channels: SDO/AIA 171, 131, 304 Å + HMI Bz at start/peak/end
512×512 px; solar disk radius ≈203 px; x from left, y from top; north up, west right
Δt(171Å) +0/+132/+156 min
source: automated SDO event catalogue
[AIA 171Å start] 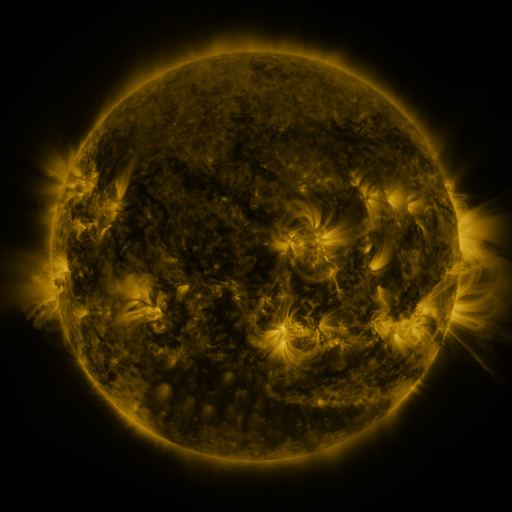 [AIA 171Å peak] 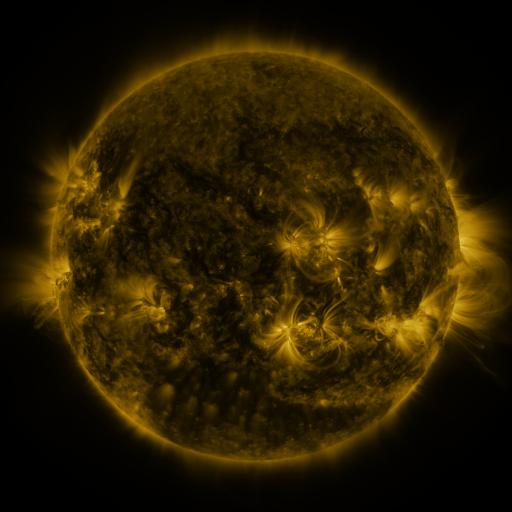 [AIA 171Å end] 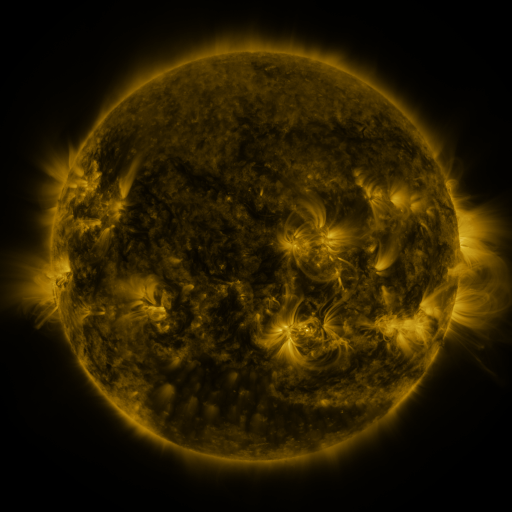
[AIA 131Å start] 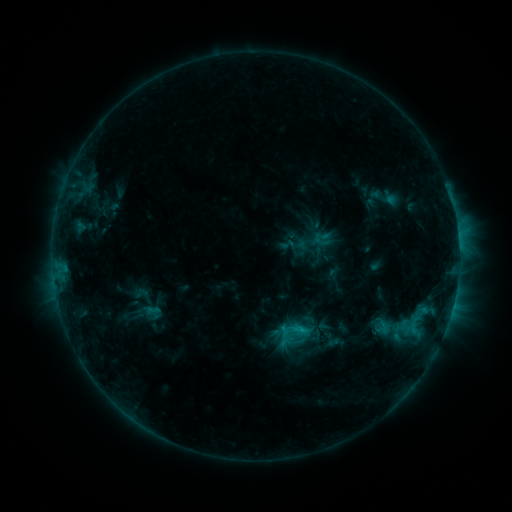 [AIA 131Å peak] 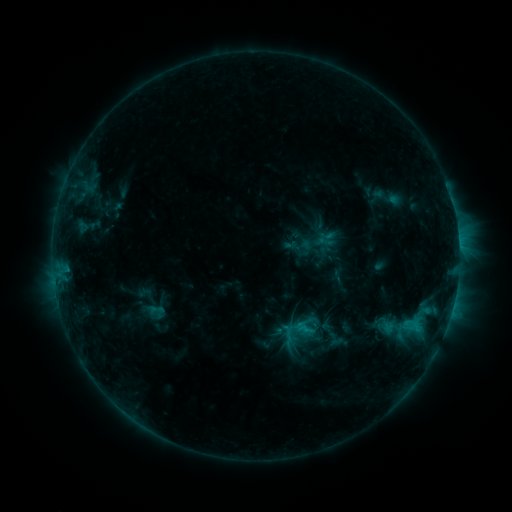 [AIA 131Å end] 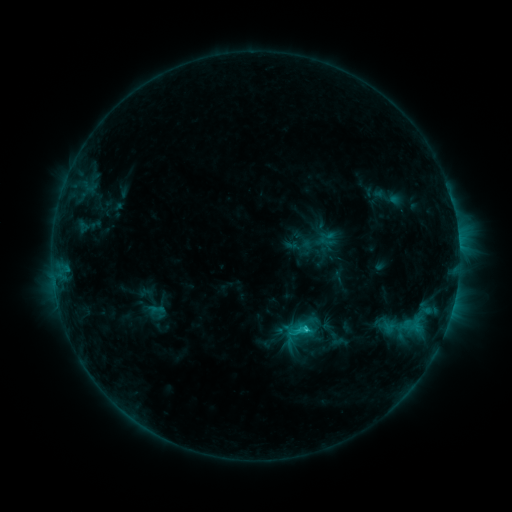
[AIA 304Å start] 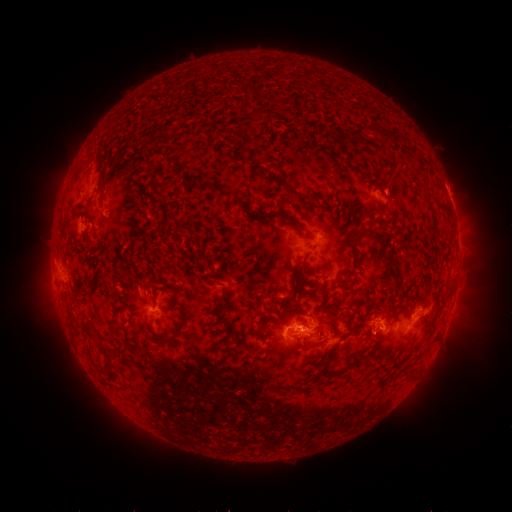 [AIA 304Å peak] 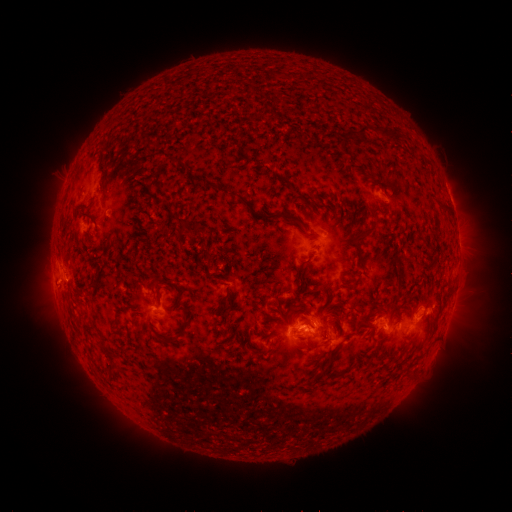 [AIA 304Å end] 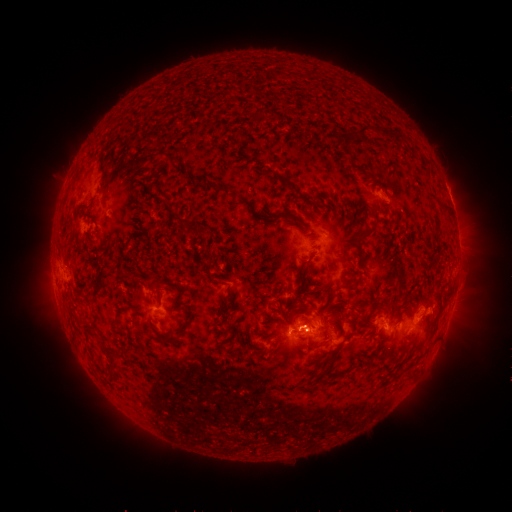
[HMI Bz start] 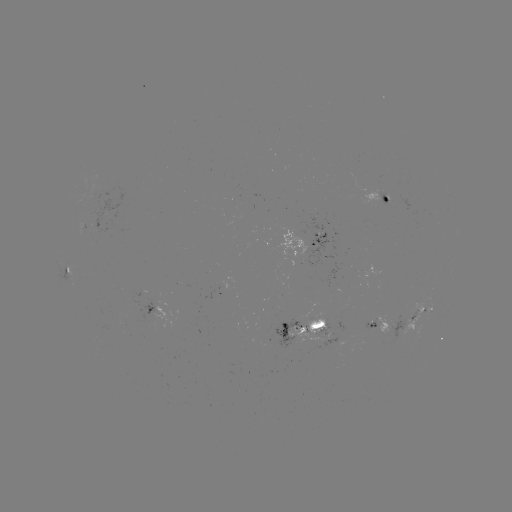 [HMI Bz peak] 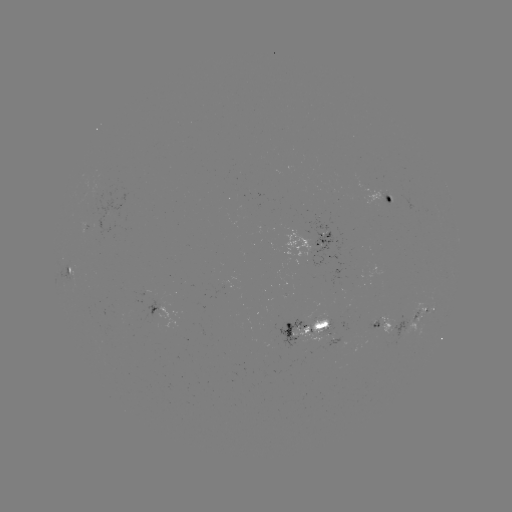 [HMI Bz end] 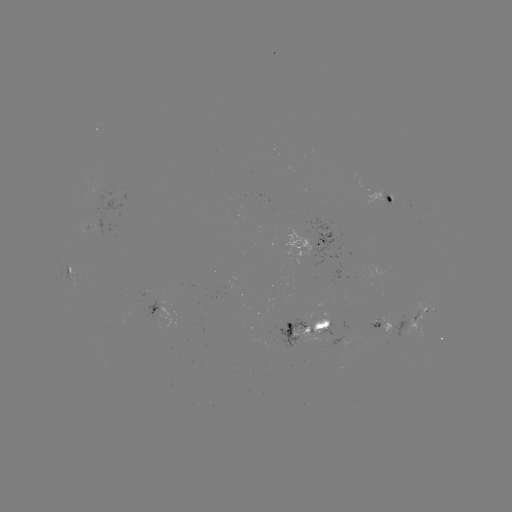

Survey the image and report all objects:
emerging-flux region: (295, 330)
